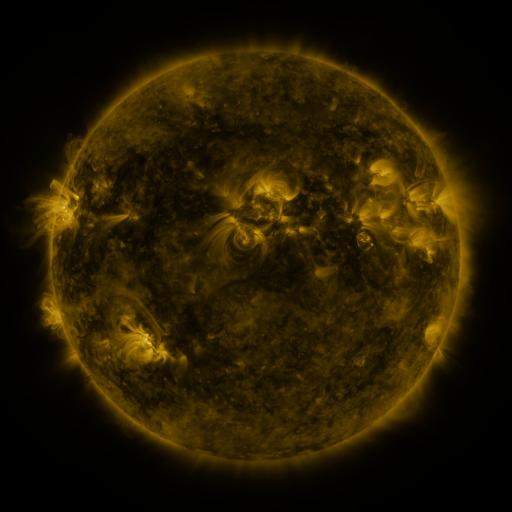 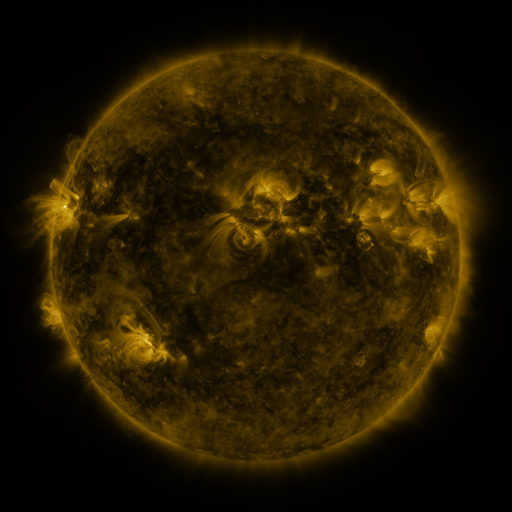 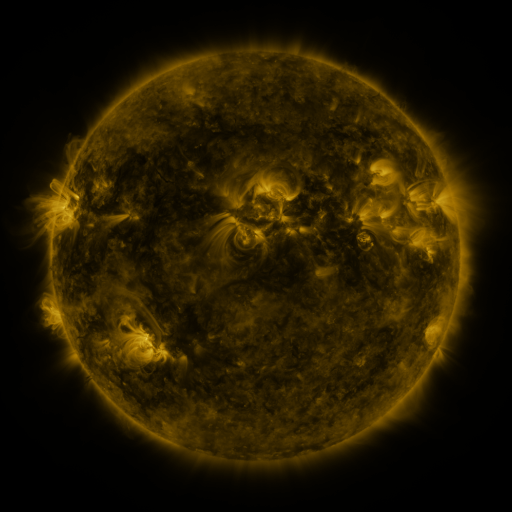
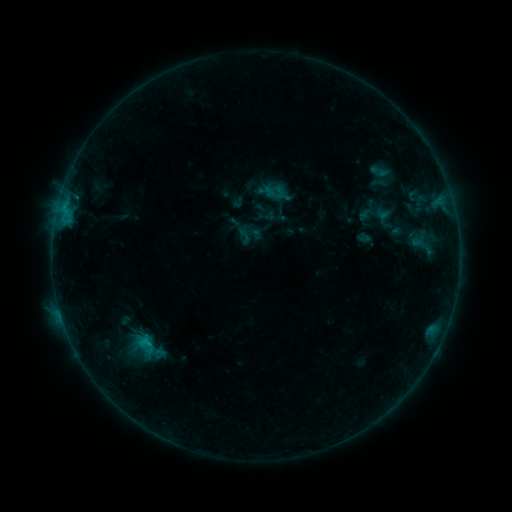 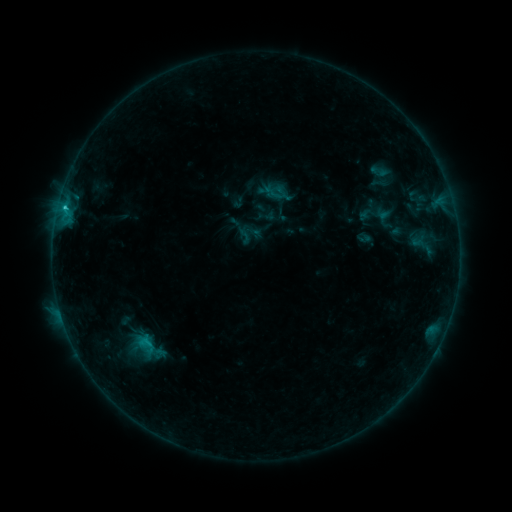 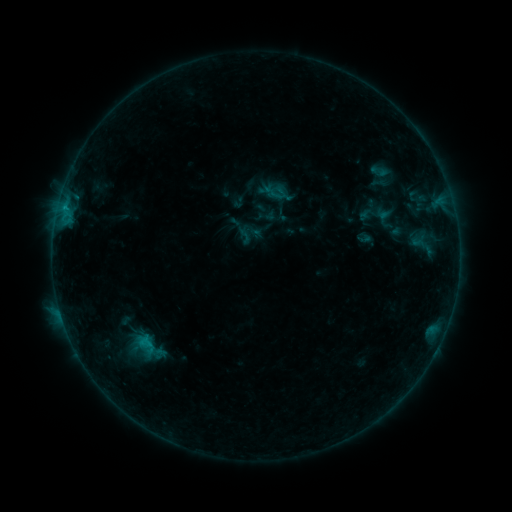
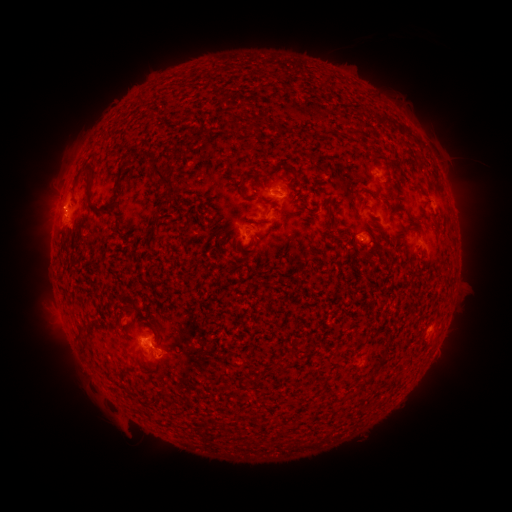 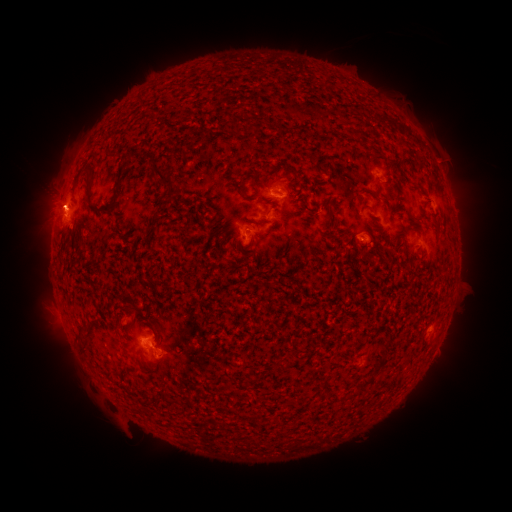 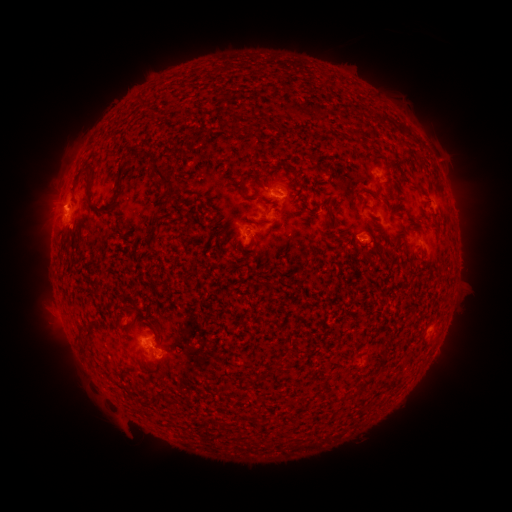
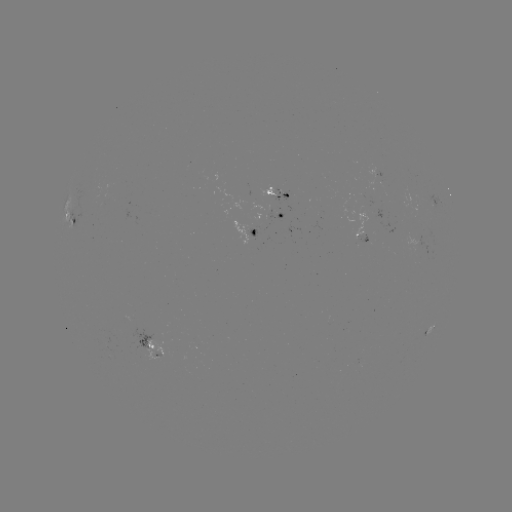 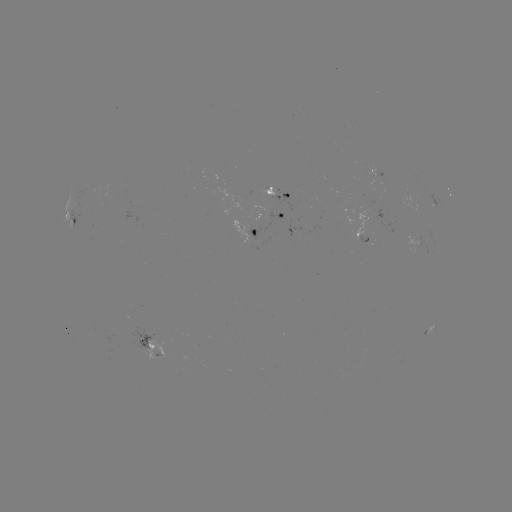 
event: flare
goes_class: B8.8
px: (65, 209)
